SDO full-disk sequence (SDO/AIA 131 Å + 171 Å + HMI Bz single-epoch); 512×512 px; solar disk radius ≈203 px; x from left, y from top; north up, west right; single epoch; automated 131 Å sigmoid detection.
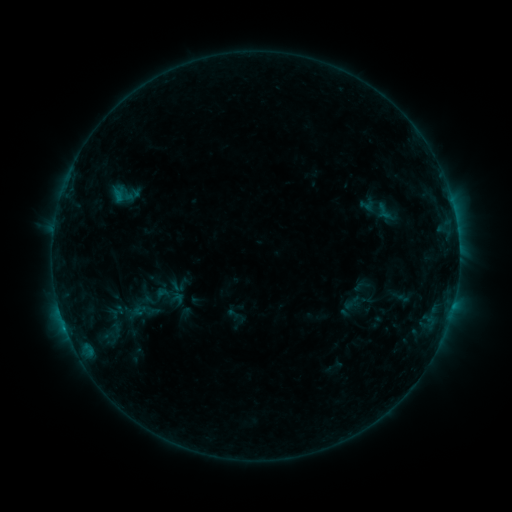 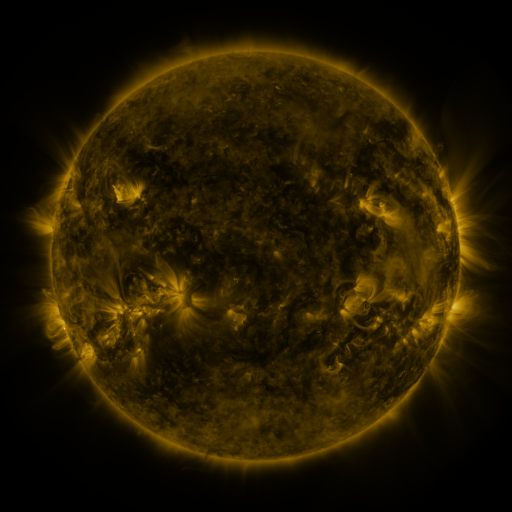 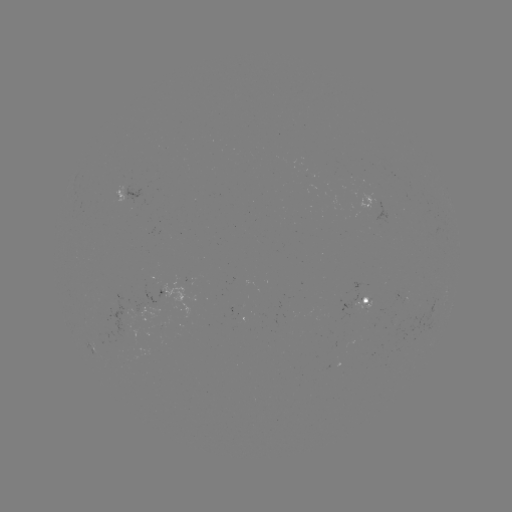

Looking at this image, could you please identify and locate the sigmoid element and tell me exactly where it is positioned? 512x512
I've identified sigmoid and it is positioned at [125, 194].